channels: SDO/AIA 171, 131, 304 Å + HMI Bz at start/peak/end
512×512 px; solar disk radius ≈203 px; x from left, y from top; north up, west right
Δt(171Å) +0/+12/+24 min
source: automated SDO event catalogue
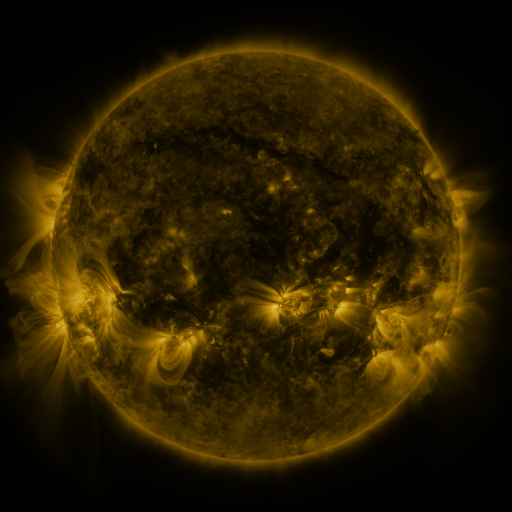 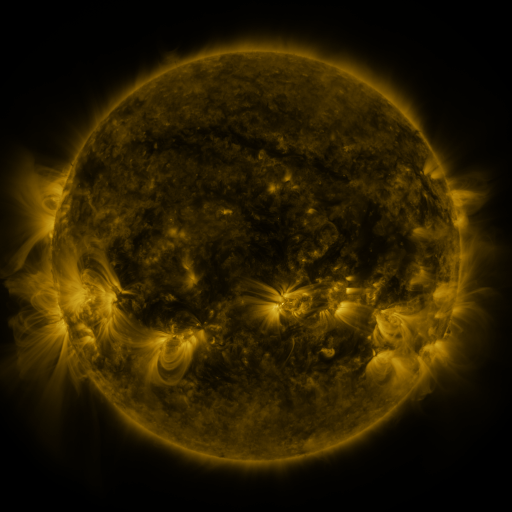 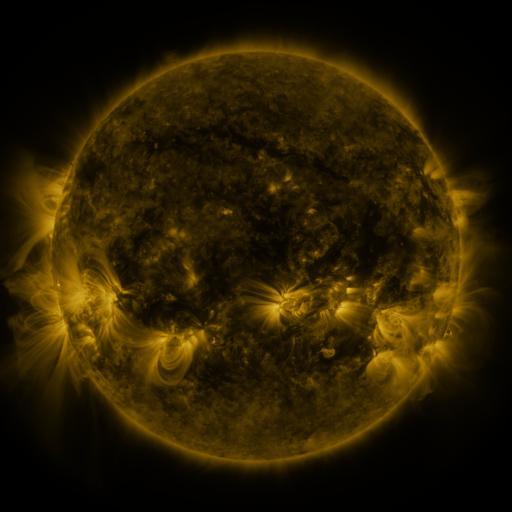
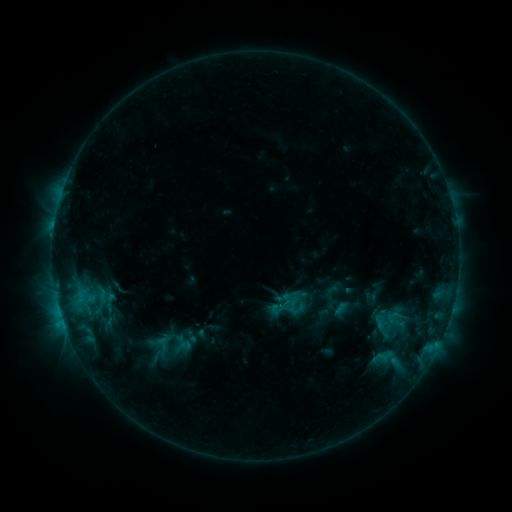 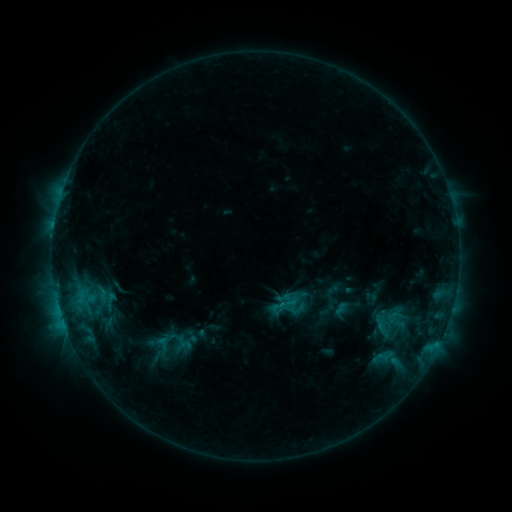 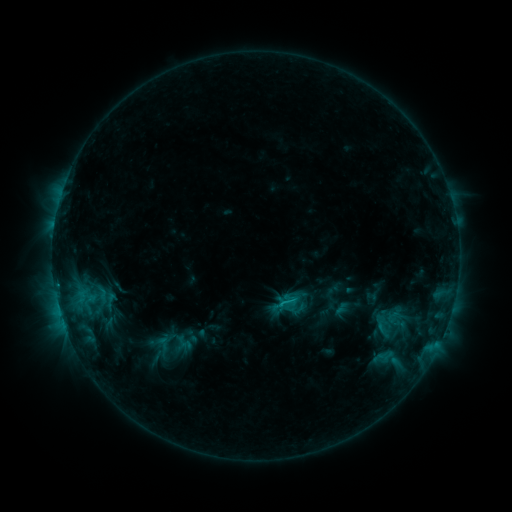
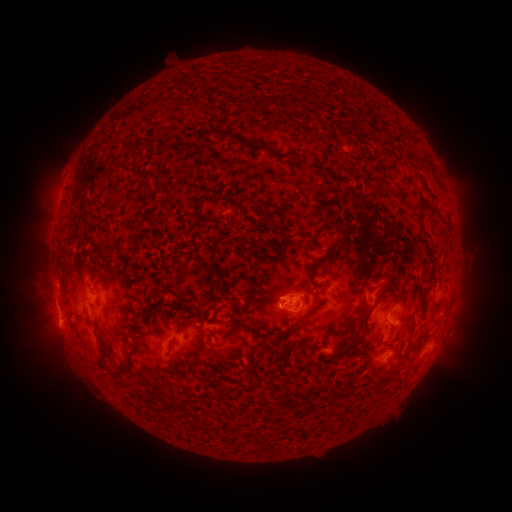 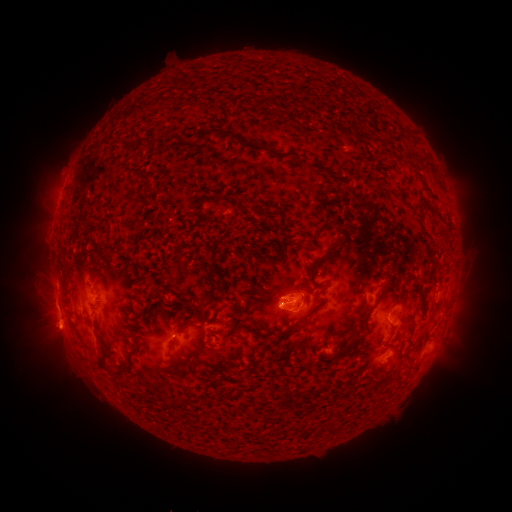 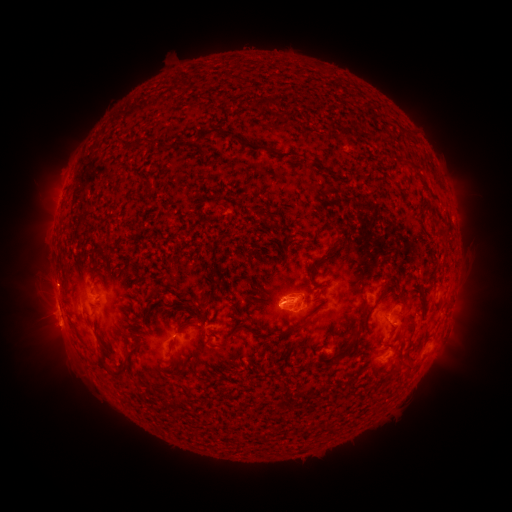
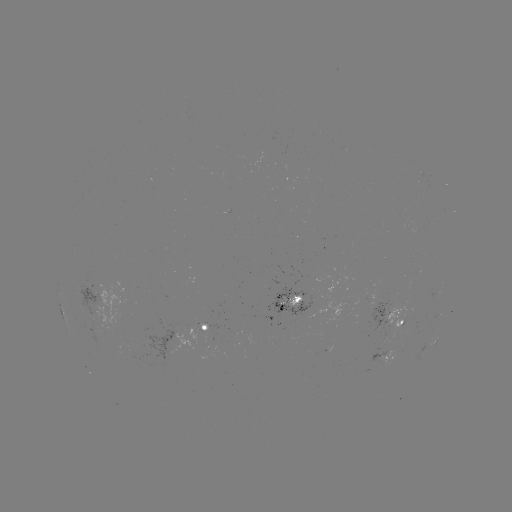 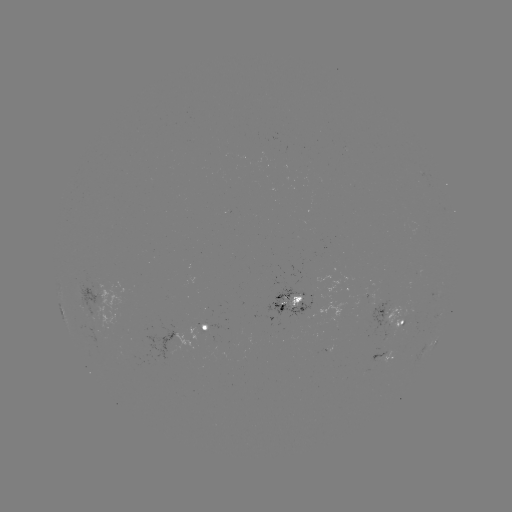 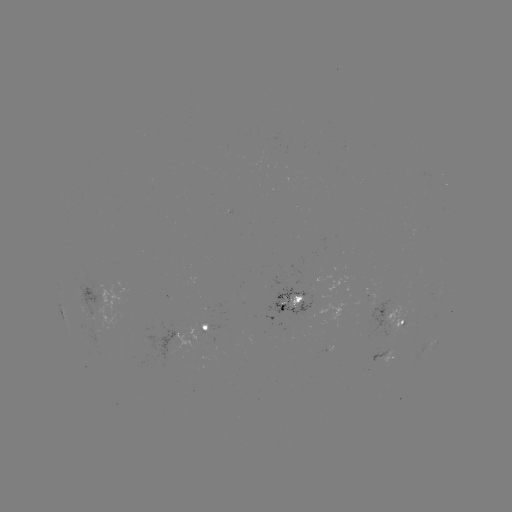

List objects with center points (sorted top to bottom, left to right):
eruption: (57, 335)
